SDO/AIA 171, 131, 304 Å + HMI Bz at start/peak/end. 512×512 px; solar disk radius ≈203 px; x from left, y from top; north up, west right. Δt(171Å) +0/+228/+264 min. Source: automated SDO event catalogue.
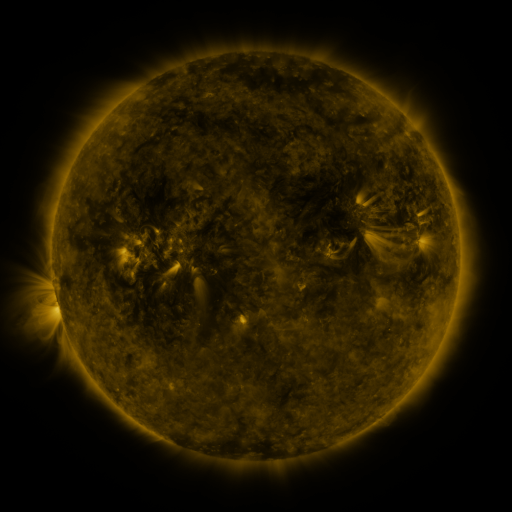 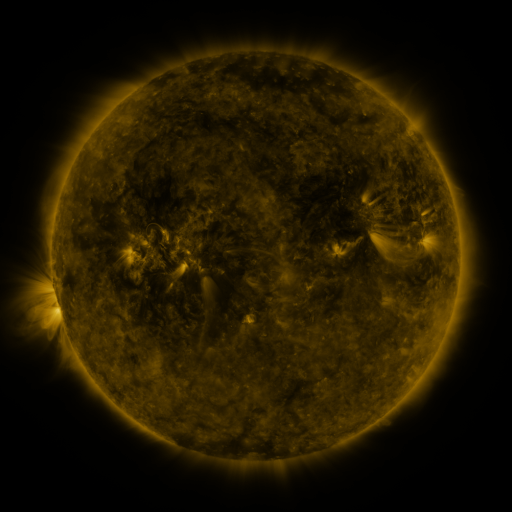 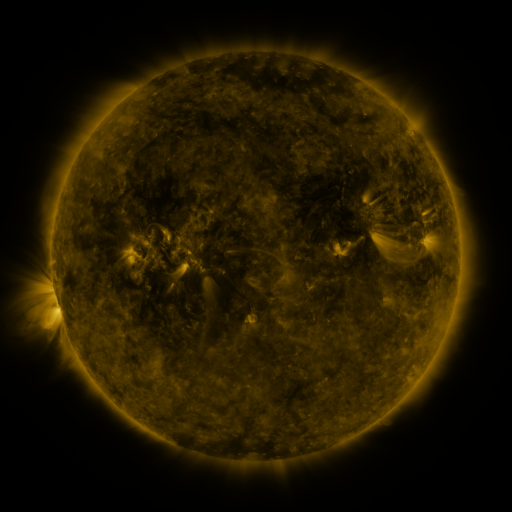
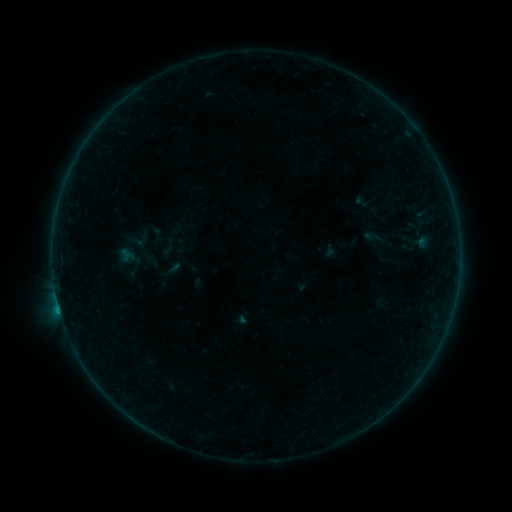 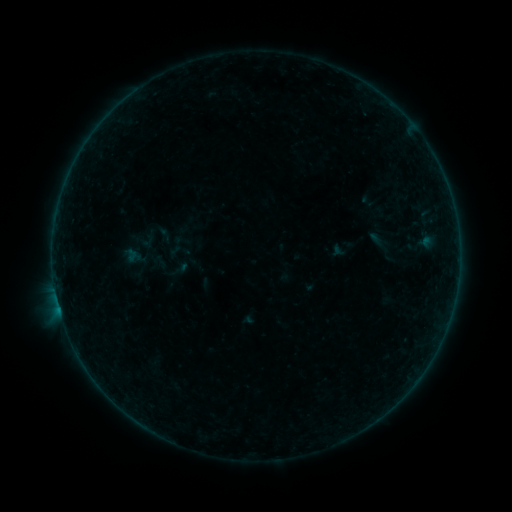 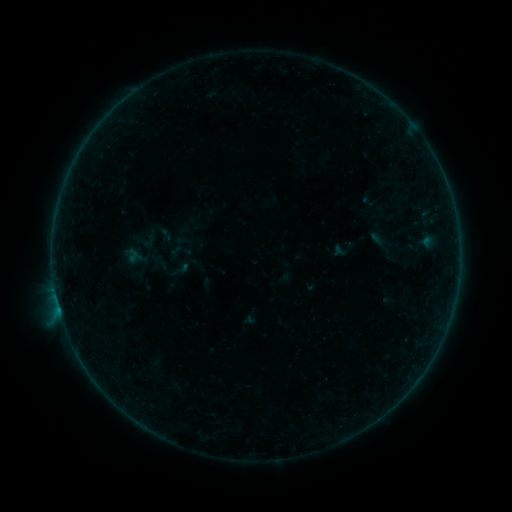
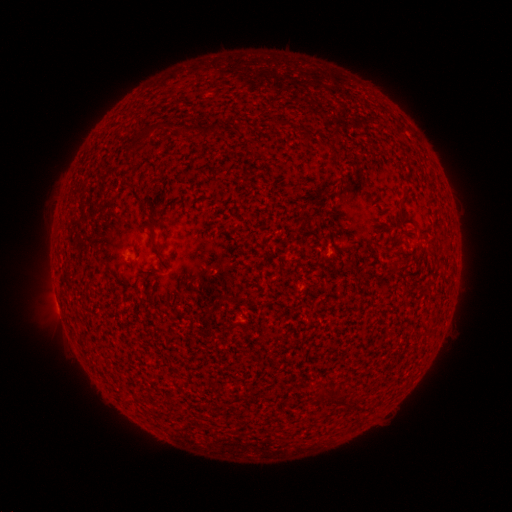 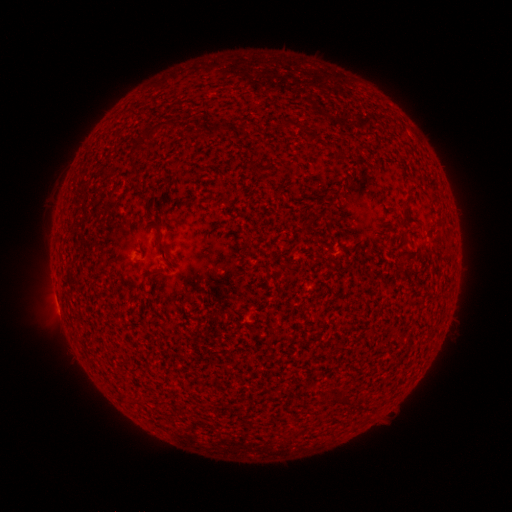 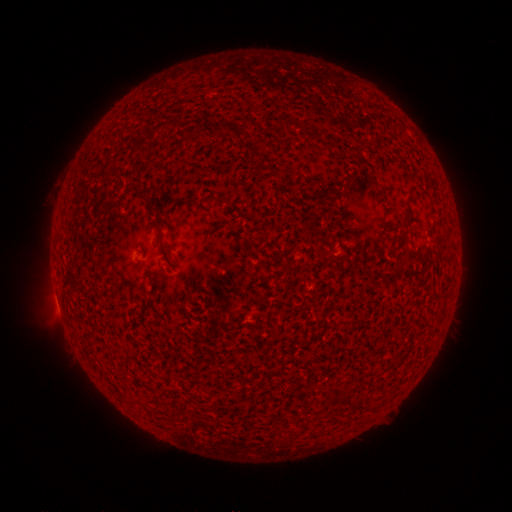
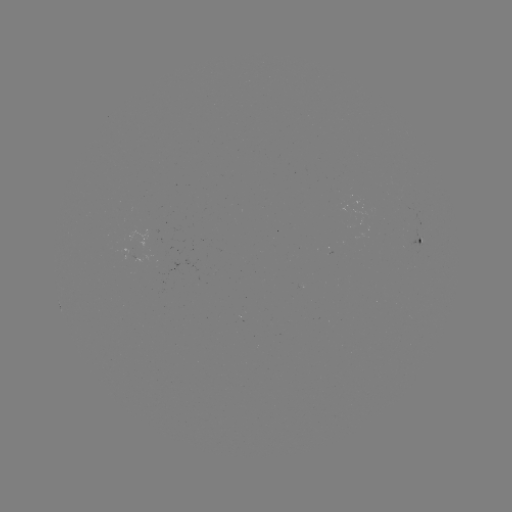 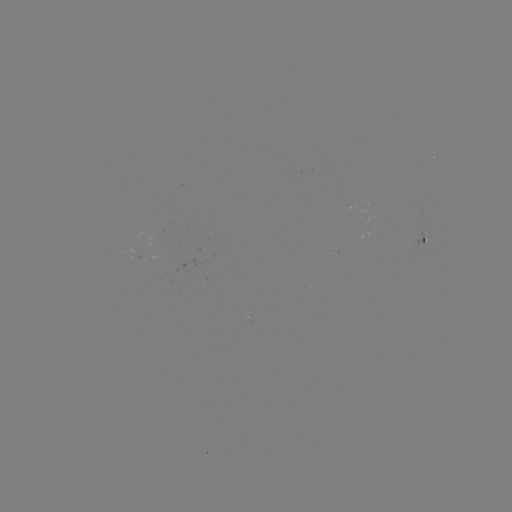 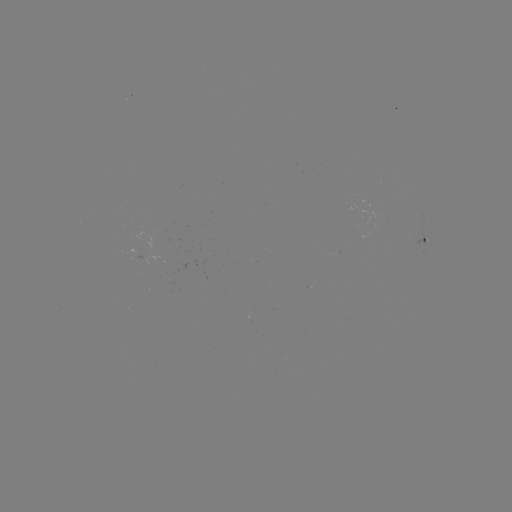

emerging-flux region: [411, 229, 428, 246]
